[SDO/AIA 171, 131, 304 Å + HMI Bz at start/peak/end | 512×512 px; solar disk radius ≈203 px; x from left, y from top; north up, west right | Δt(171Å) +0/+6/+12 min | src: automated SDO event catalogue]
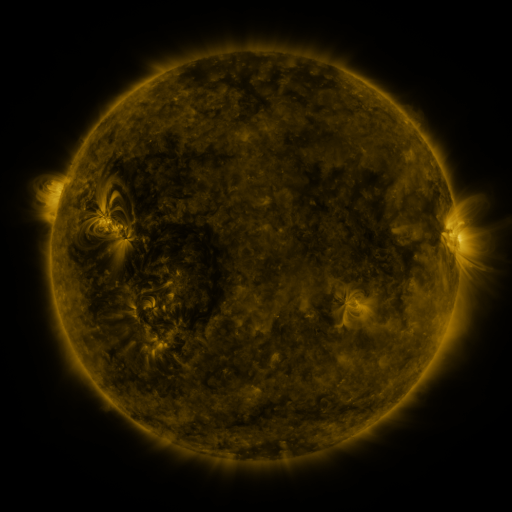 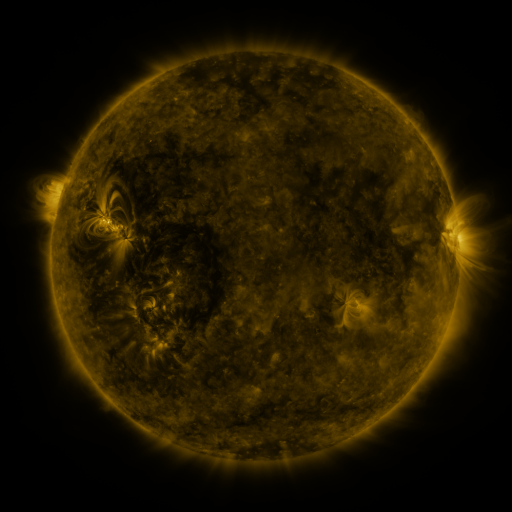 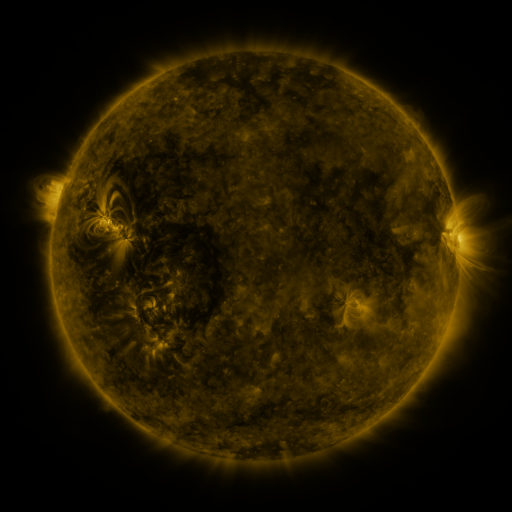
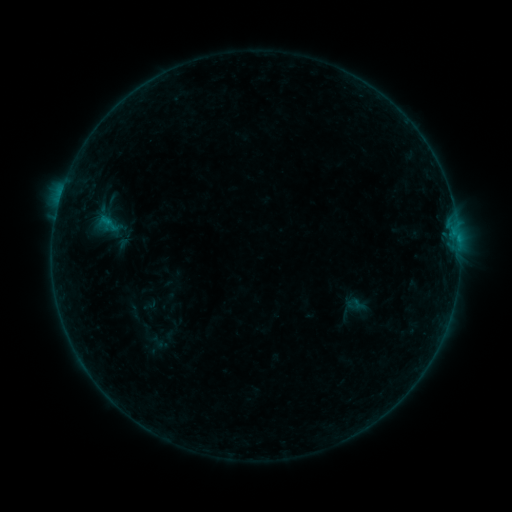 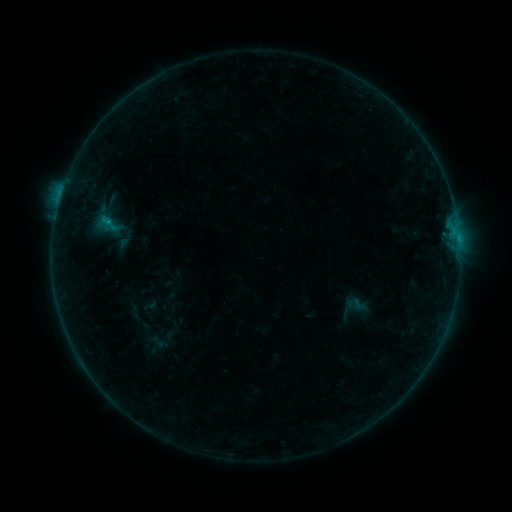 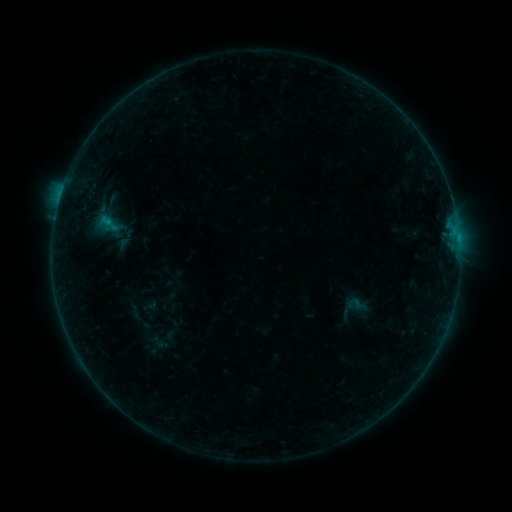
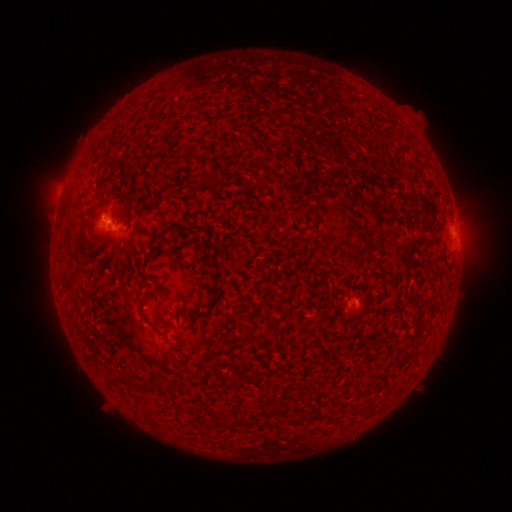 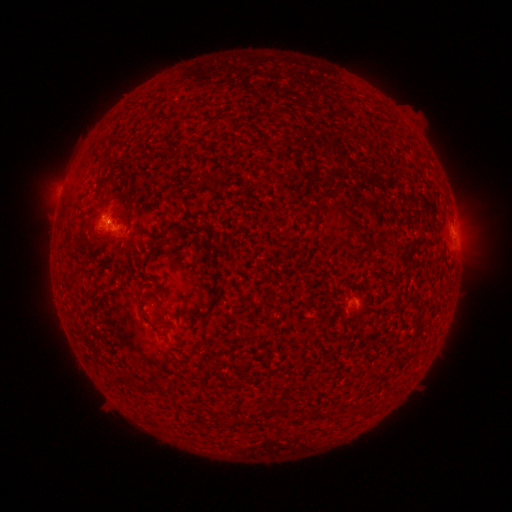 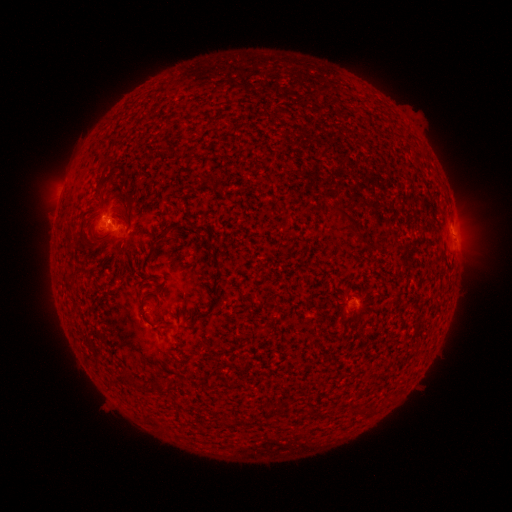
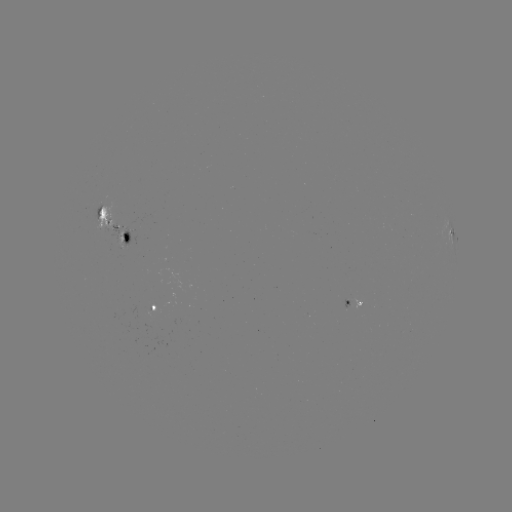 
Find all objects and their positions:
B3.7 flare: (109, 223)
